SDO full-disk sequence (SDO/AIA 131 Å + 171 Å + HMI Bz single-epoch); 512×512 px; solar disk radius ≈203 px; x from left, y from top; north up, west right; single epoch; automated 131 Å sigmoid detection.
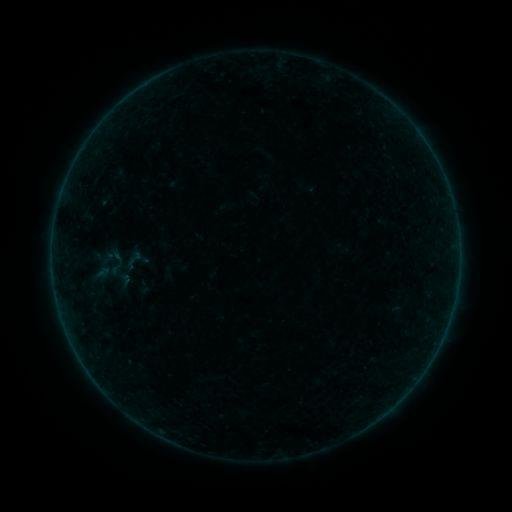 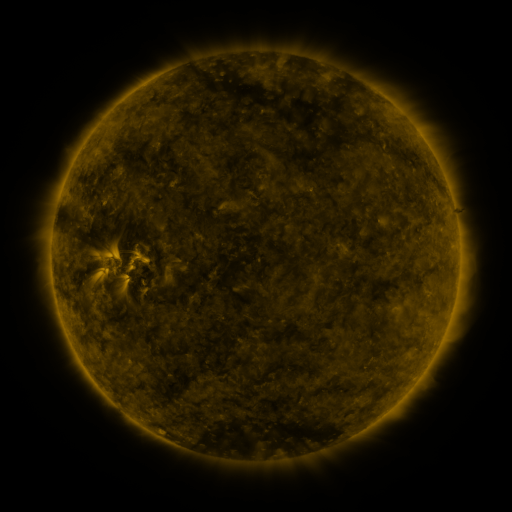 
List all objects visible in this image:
sigmoid: (108, 259)
sigmoid: (133, 260)
sigmoid: (125, 280)
